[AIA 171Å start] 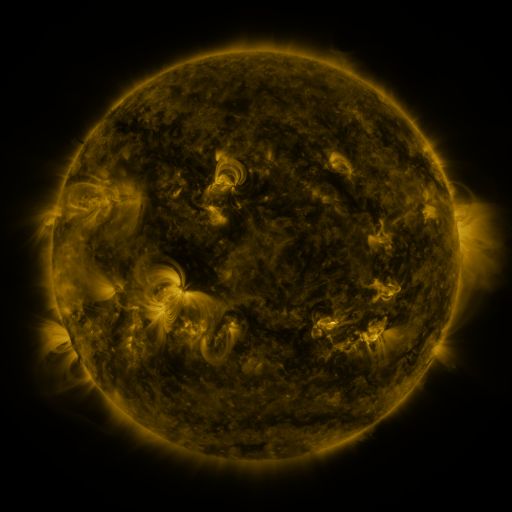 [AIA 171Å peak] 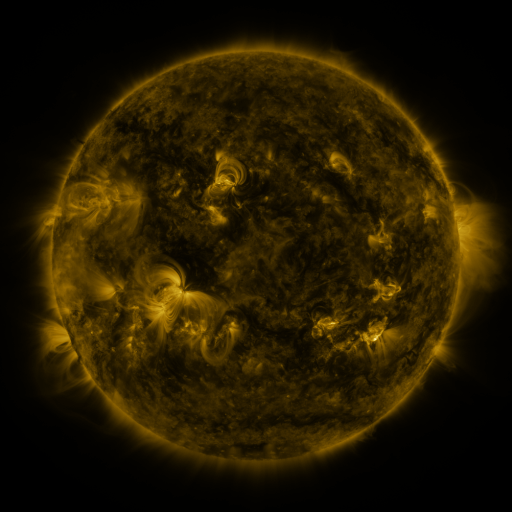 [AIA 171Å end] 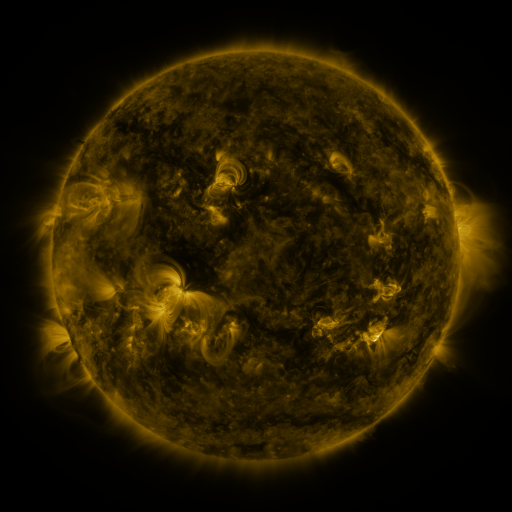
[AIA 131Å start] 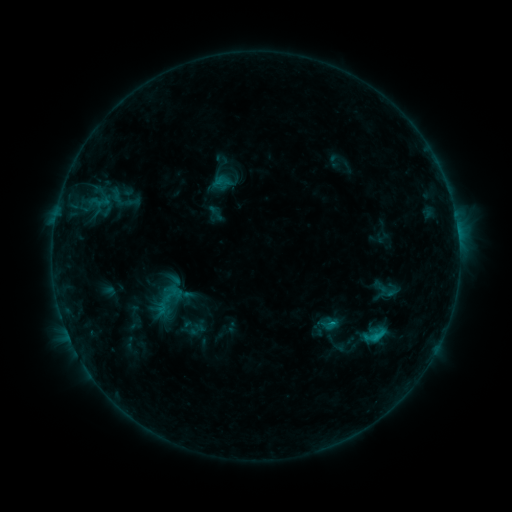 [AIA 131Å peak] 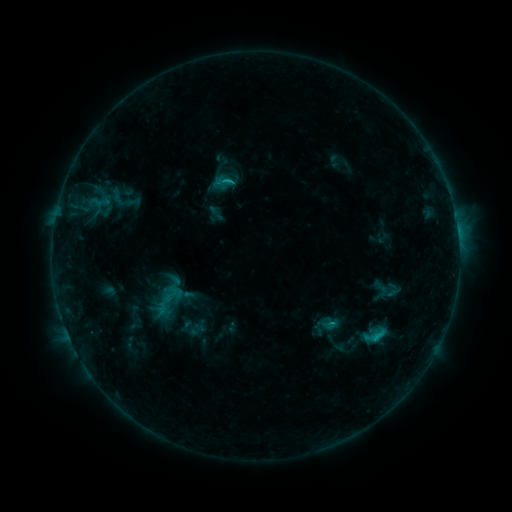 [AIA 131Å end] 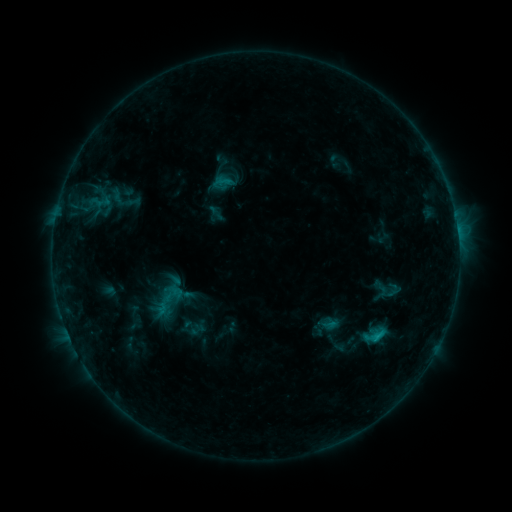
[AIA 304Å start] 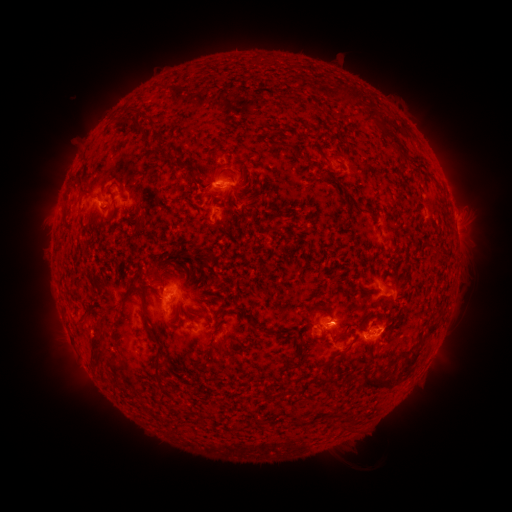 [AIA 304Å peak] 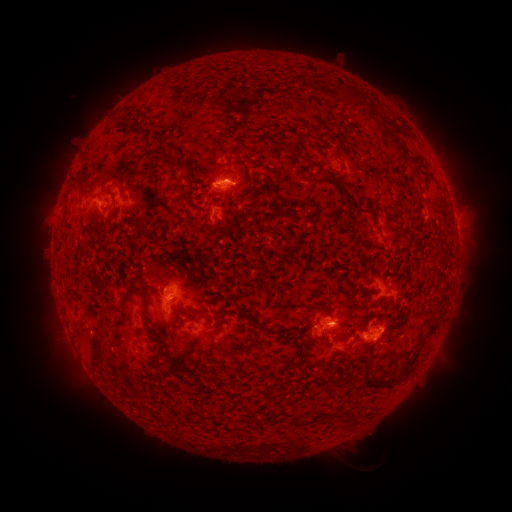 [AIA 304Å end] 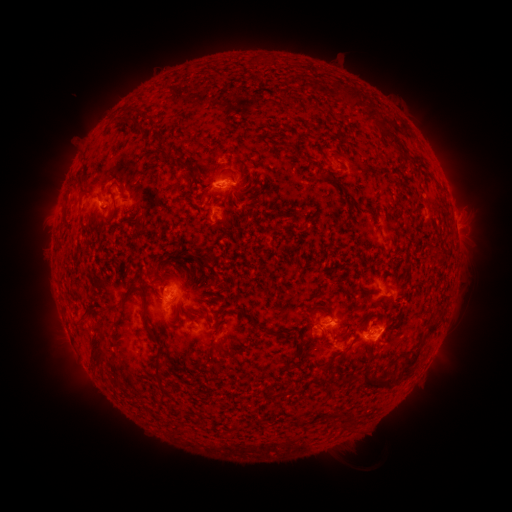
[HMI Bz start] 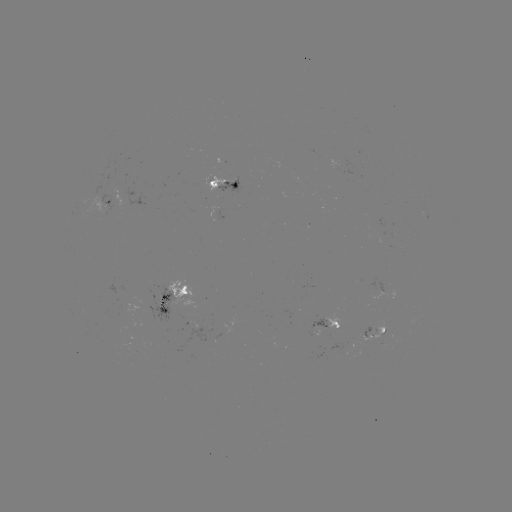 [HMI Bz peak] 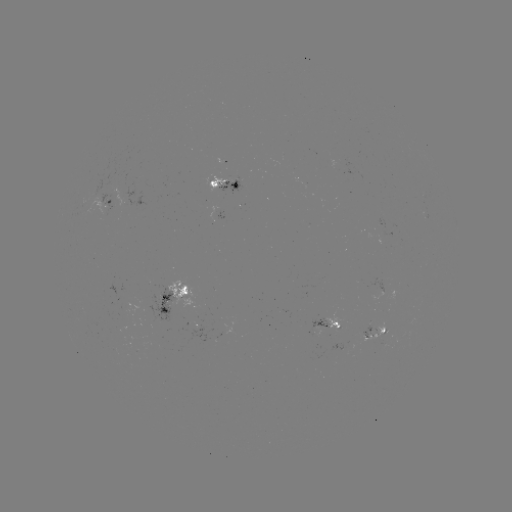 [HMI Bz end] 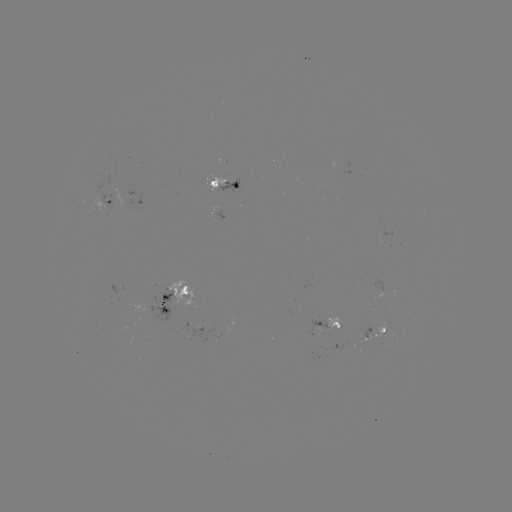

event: flare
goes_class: C1.0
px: (232, 182)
